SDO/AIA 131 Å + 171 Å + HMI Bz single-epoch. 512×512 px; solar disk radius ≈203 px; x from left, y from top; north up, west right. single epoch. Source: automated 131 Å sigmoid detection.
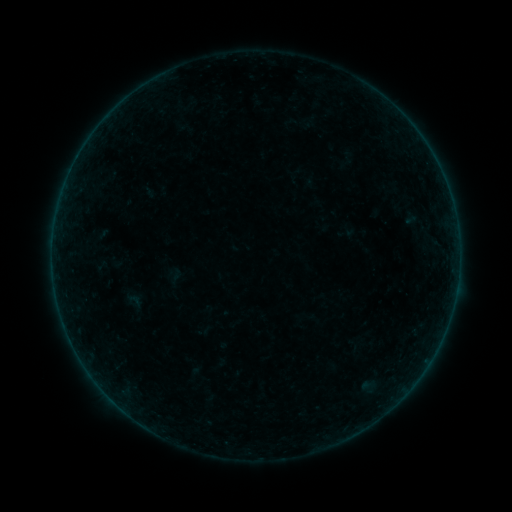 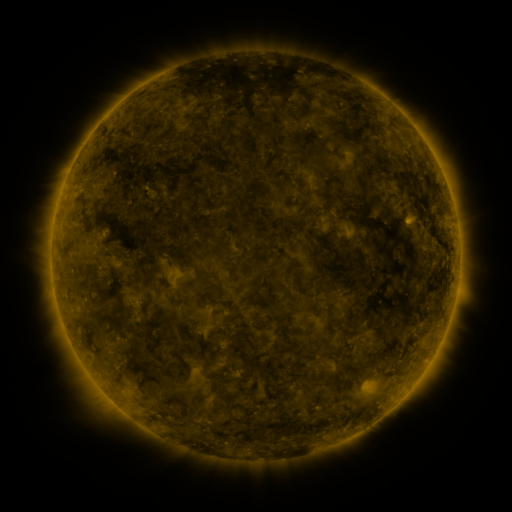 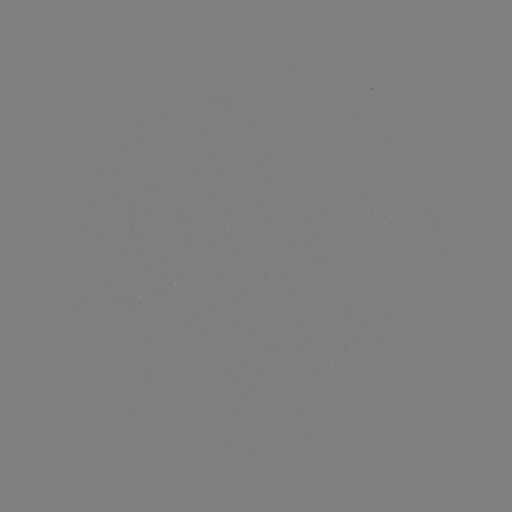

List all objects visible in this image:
sigmoid: (135, 301)
